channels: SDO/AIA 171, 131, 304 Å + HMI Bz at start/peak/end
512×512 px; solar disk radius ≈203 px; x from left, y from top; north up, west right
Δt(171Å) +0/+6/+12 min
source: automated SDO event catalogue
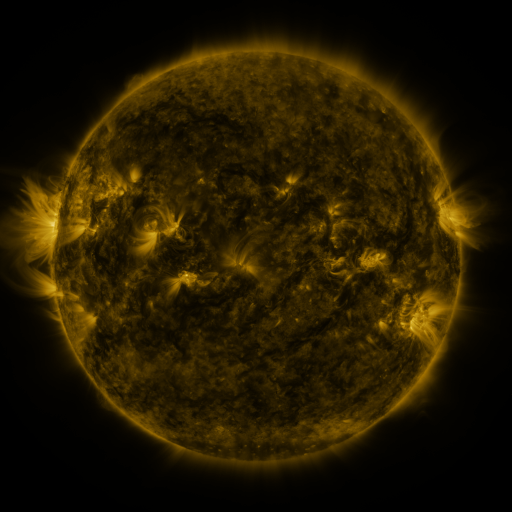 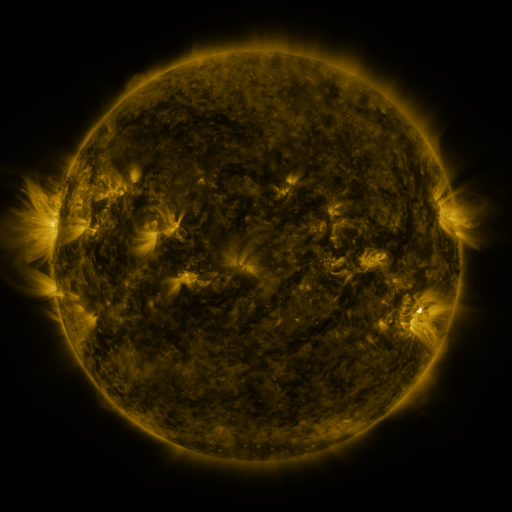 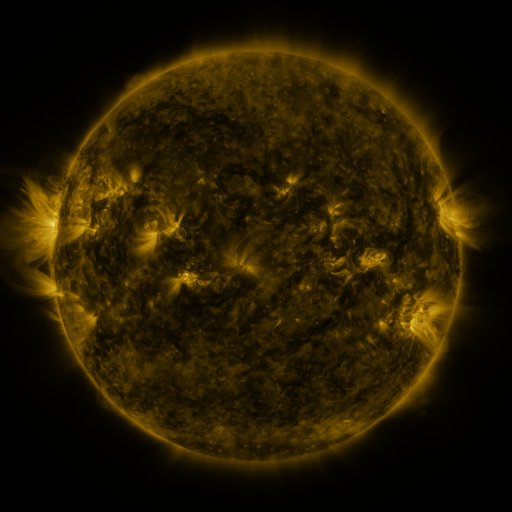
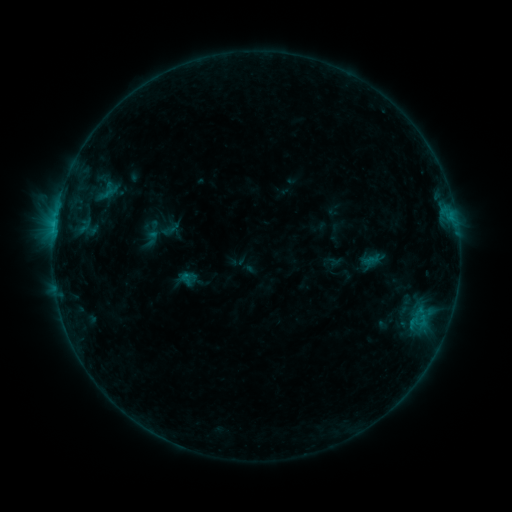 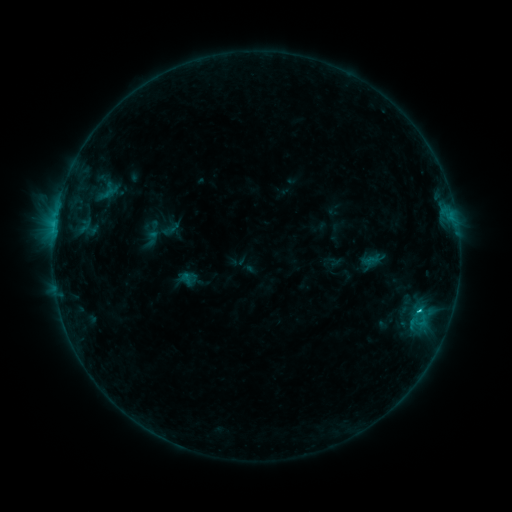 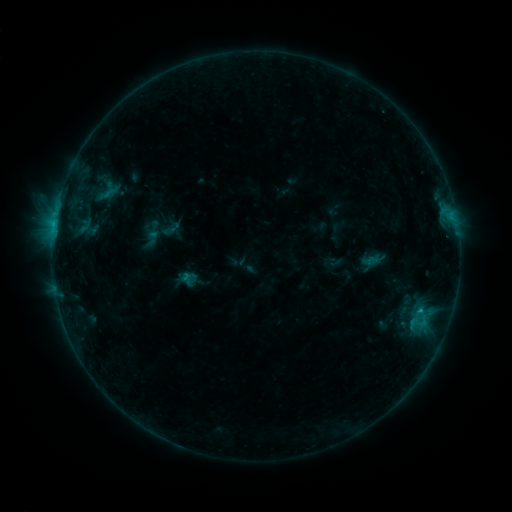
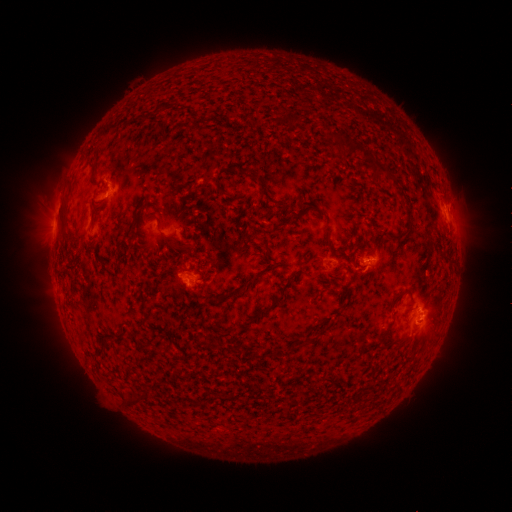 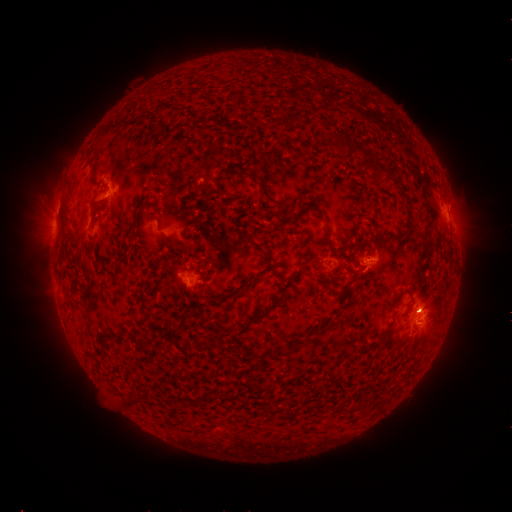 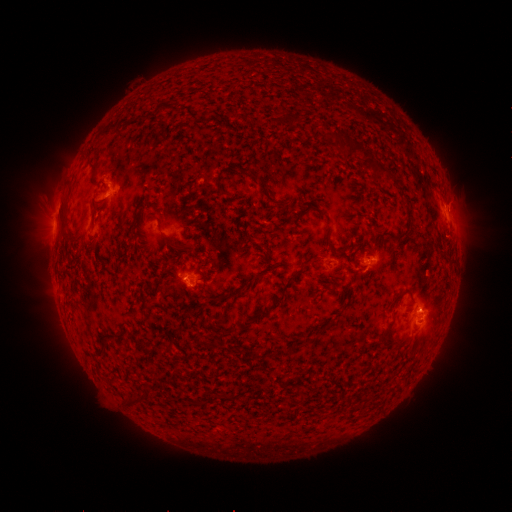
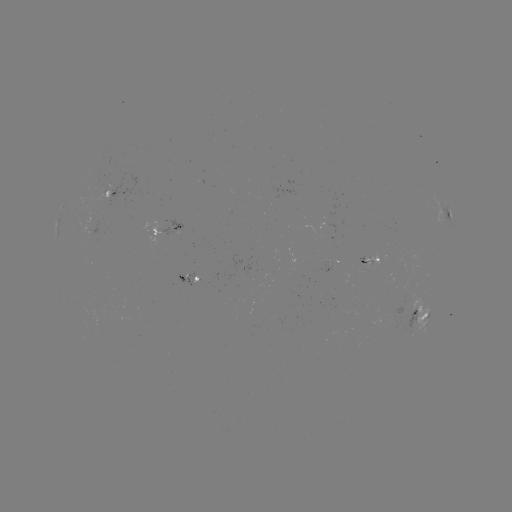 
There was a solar flare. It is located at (419, 310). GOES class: C1.1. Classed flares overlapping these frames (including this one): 1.